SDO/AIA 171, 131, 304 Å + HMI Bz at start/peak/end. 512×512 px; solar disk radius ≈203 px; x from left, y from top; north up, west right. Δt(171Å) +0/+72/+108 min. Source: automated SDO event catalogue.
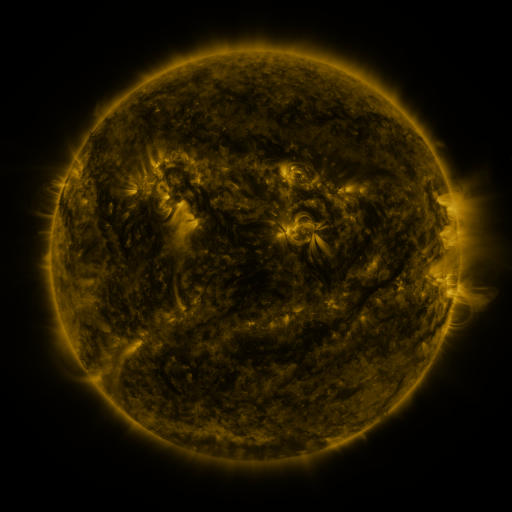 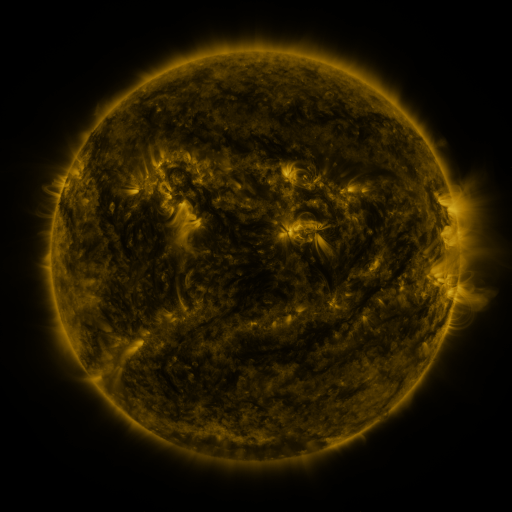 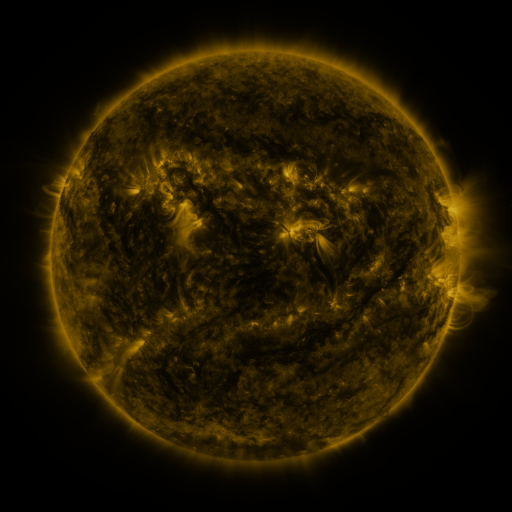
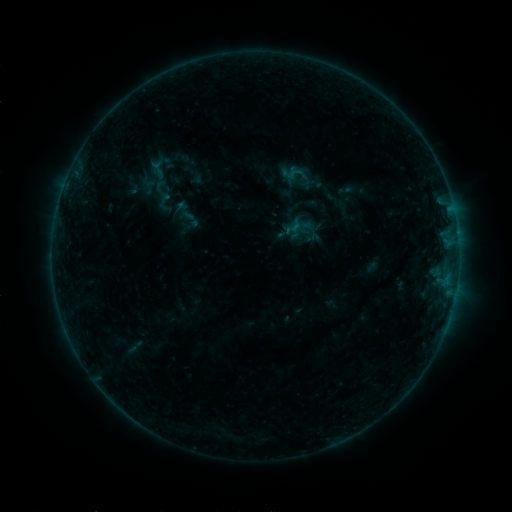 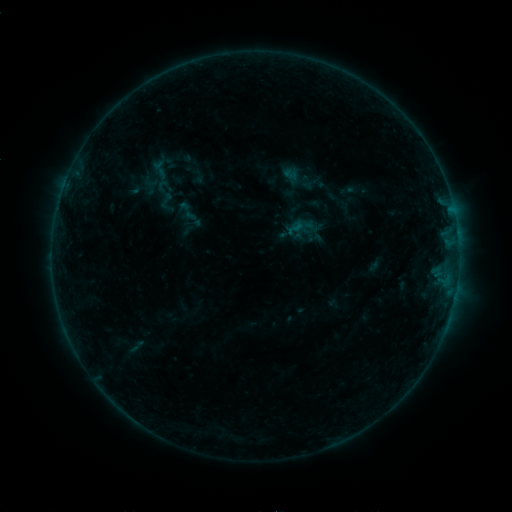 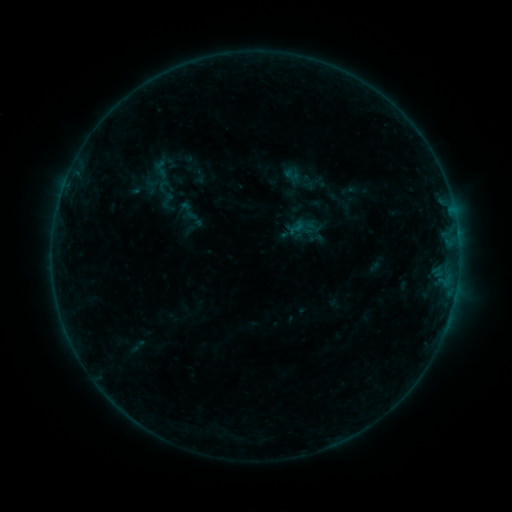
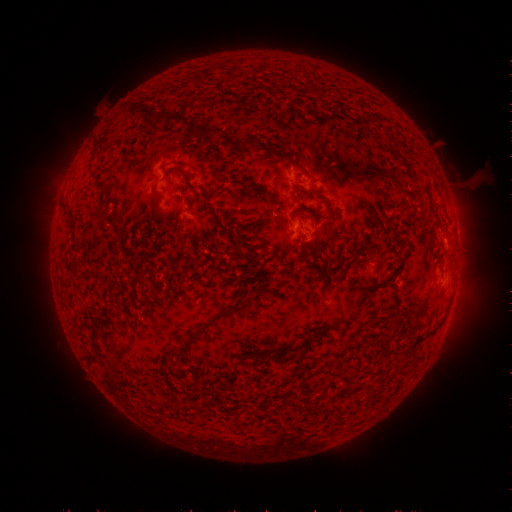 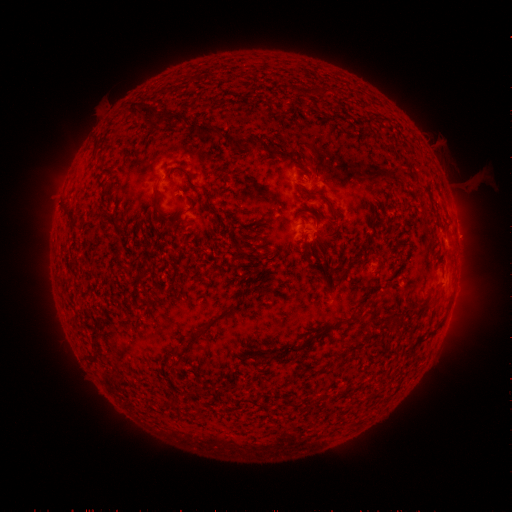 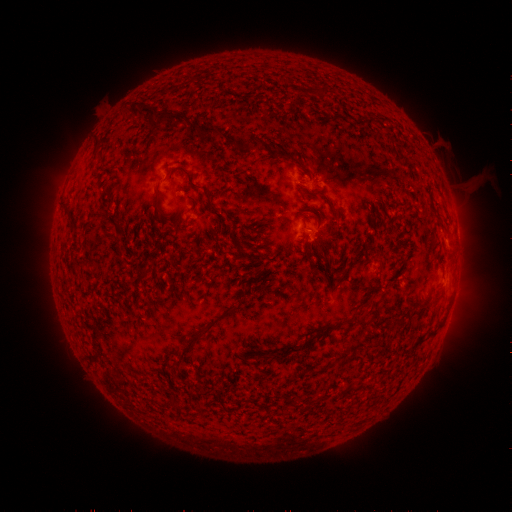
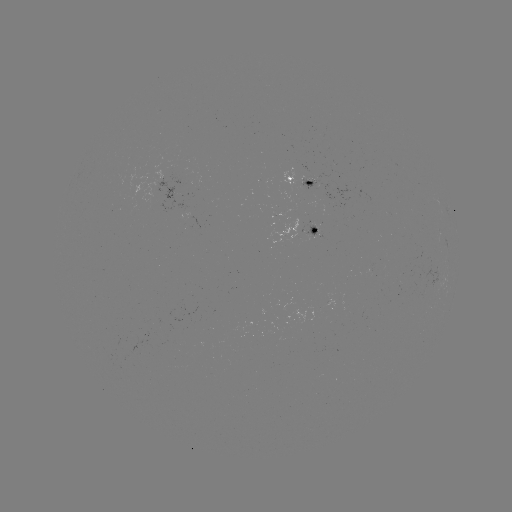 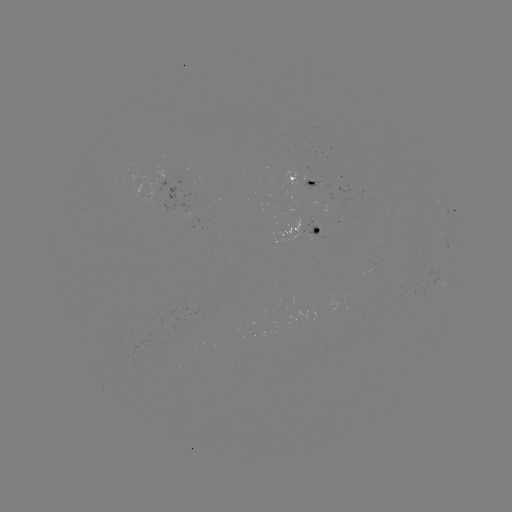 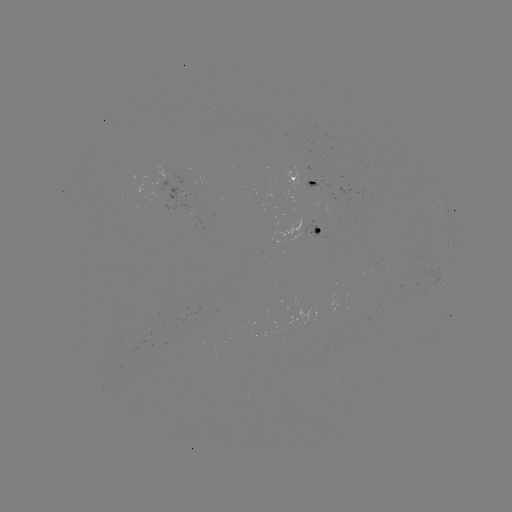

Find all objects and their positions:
emerging-flux region: (311, 183)
